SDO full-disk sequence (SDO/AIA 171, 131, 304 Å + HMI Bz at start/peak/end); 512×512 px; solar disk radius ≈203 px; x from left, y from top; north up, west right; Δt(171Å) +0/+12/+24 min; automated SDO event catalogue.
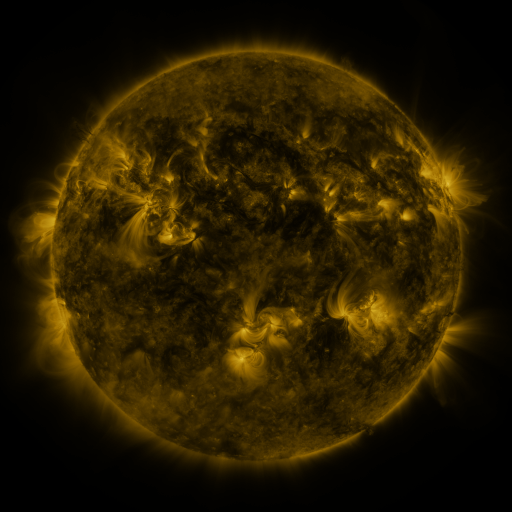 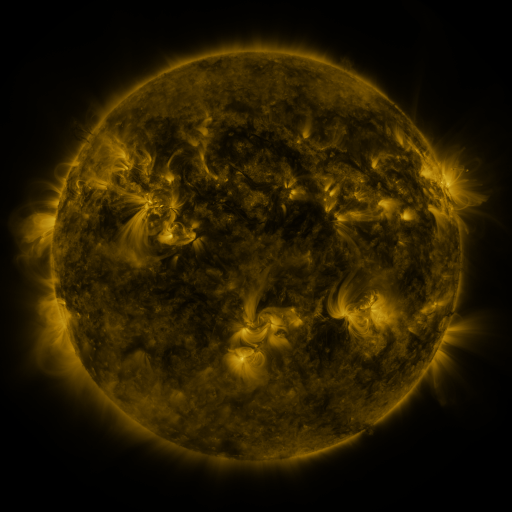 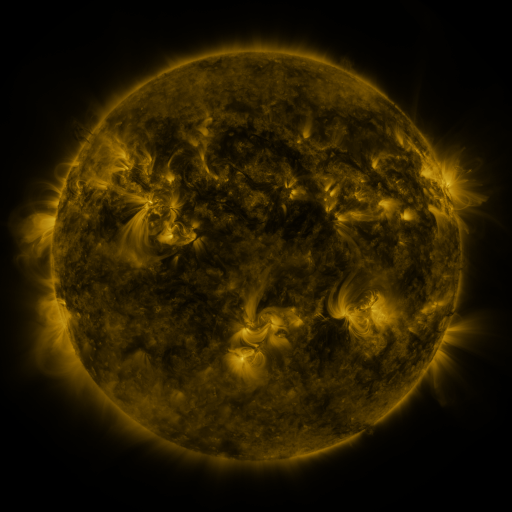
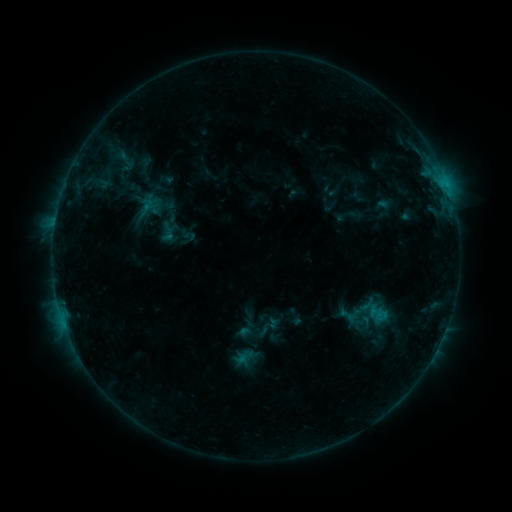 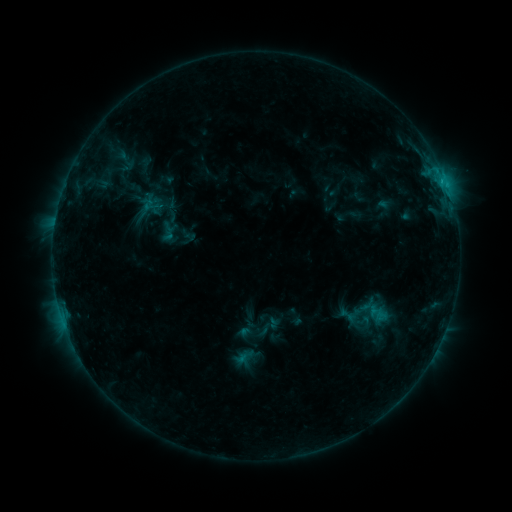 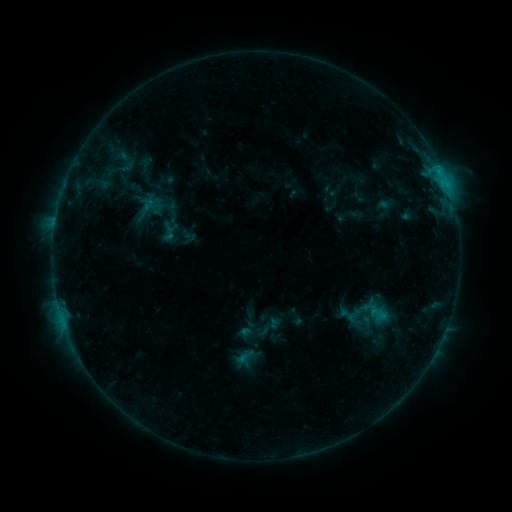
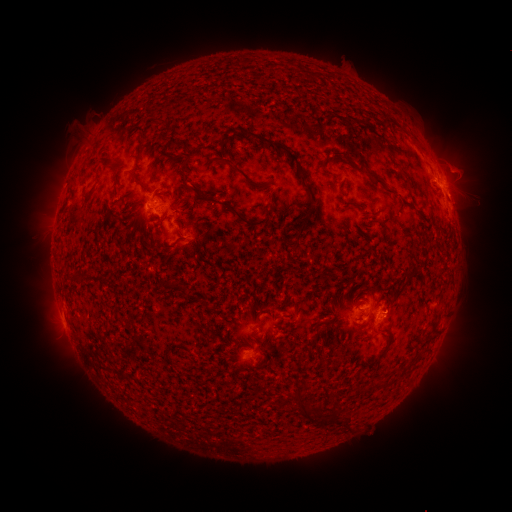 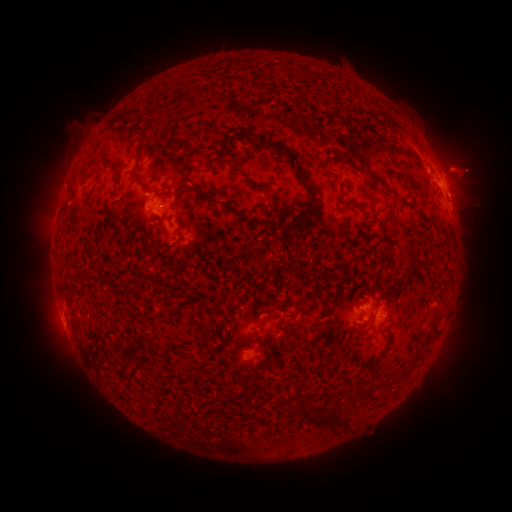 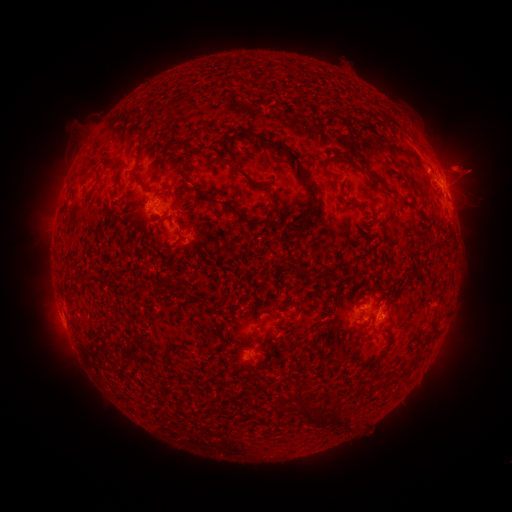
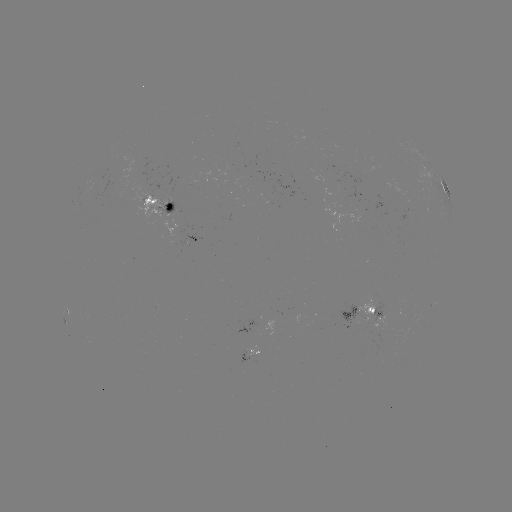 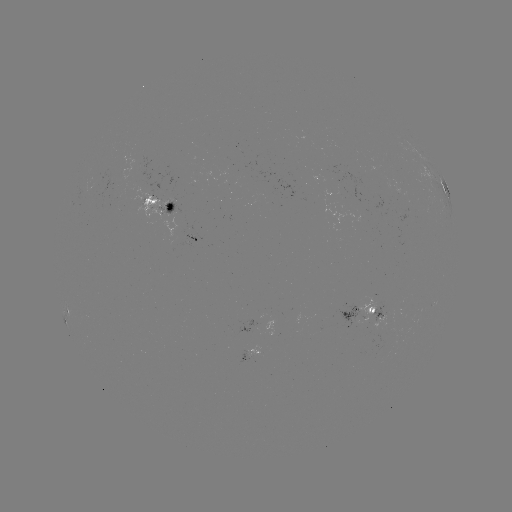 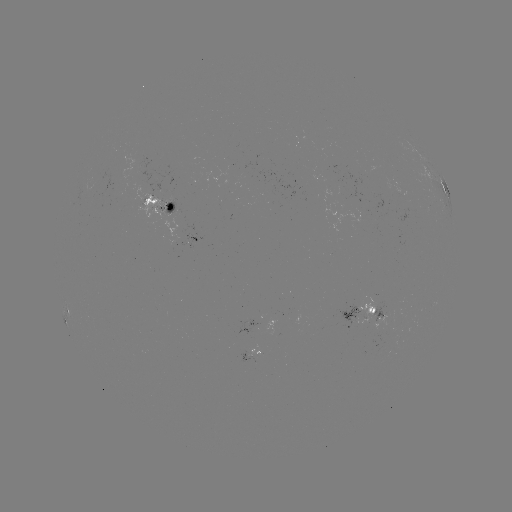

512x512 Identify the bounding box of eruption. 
[435, 140, 492, 192].